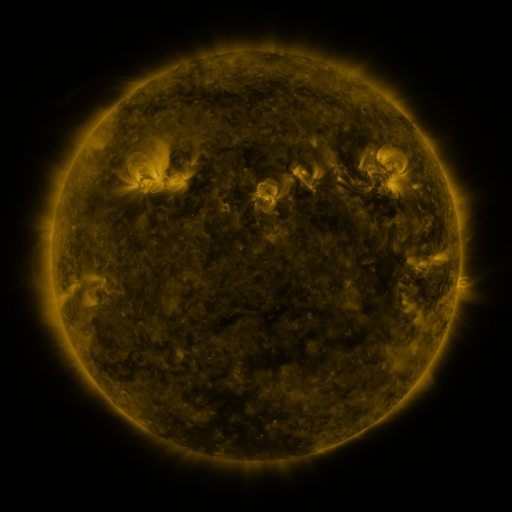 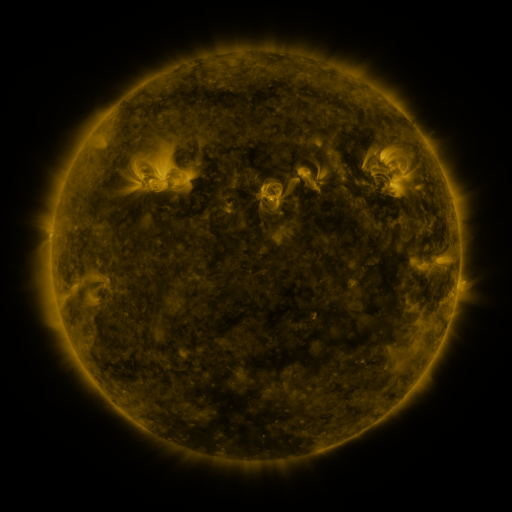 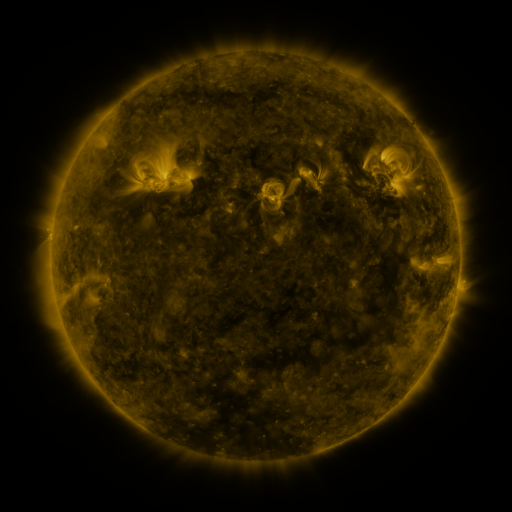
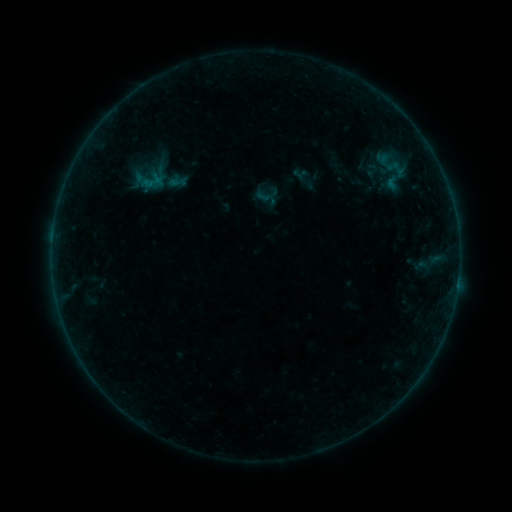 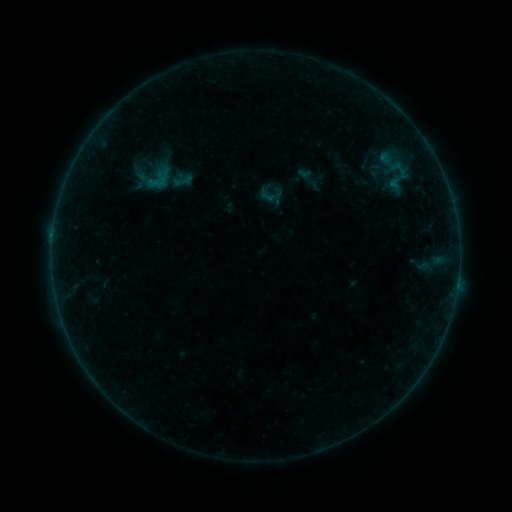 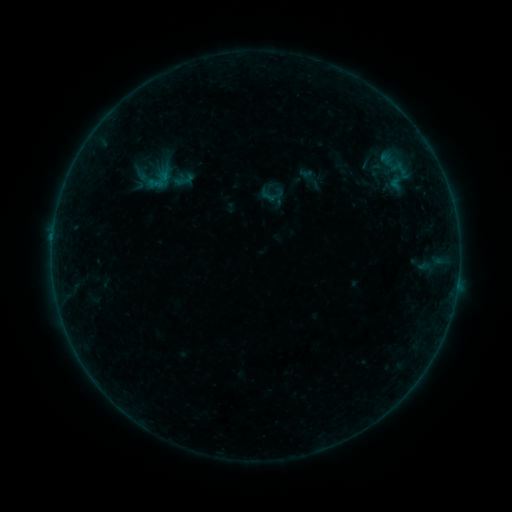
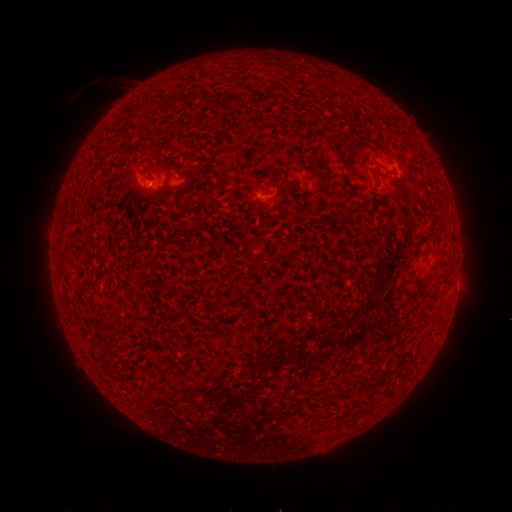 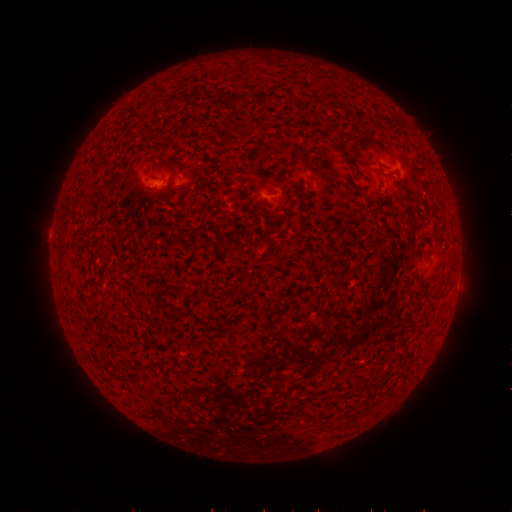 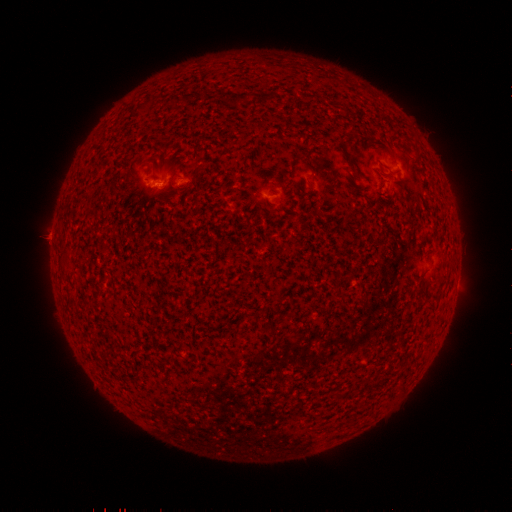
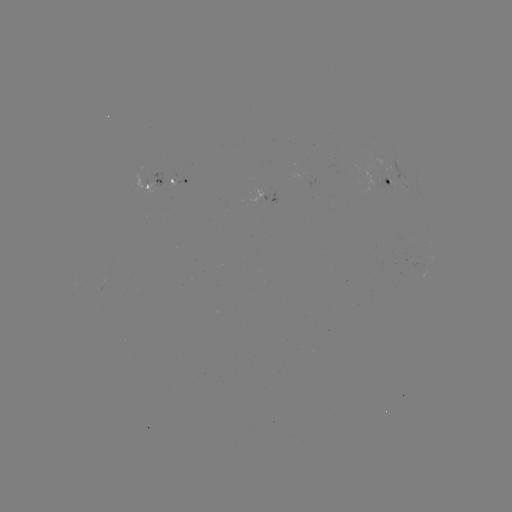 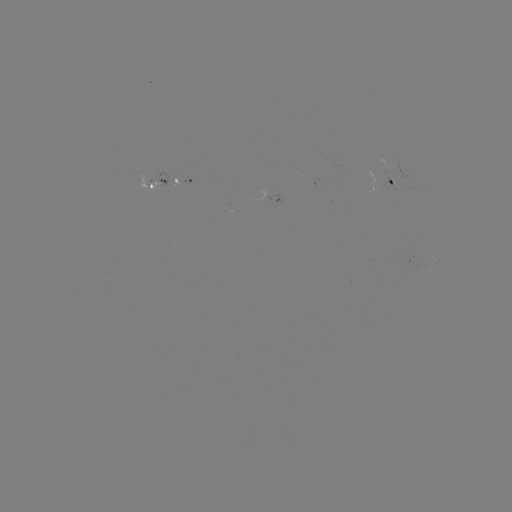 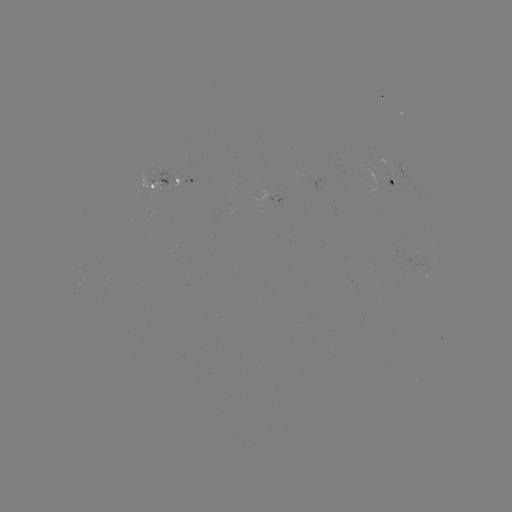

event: emerging-flux region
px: (385, 166)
